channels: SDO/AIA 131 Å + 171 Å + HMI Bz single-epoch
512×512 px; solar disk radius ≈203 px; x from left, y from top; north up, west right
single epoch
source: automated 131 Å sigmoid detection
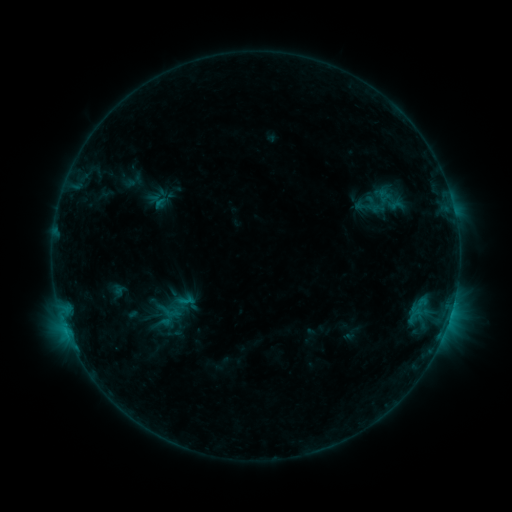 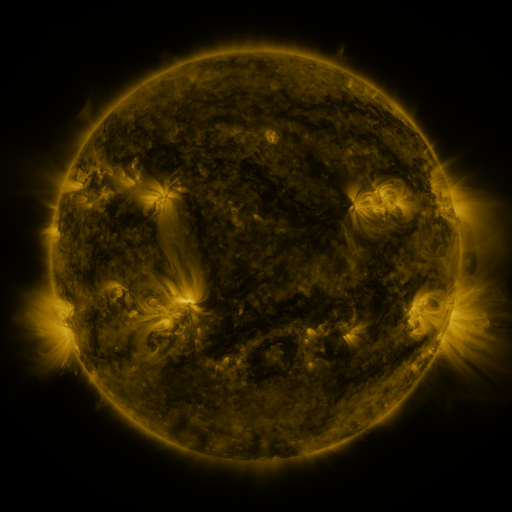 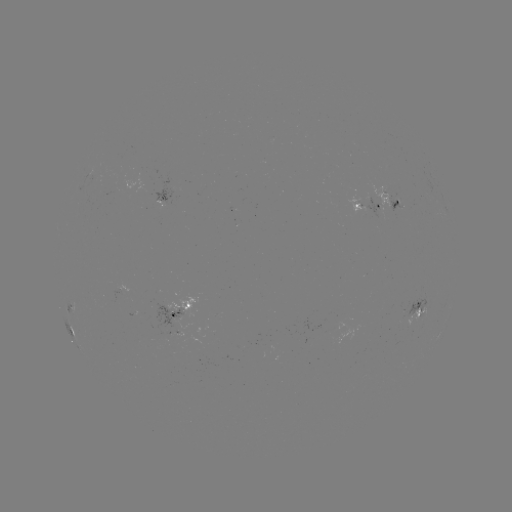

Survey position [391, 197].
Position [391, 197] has sigmoid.